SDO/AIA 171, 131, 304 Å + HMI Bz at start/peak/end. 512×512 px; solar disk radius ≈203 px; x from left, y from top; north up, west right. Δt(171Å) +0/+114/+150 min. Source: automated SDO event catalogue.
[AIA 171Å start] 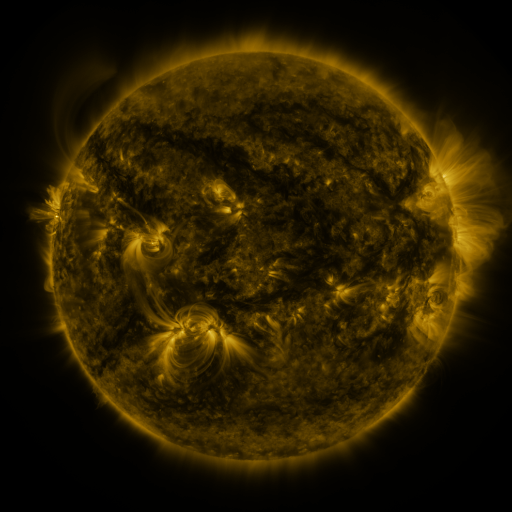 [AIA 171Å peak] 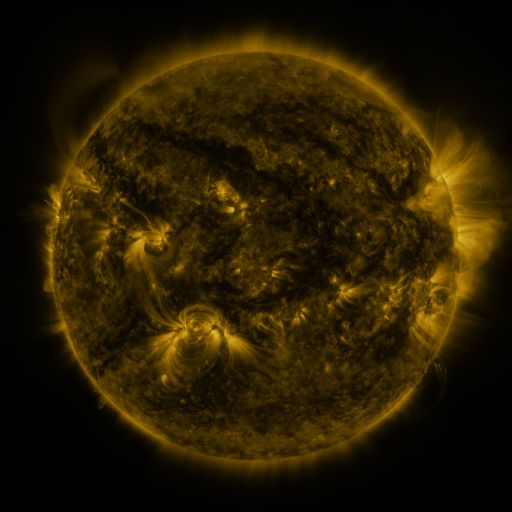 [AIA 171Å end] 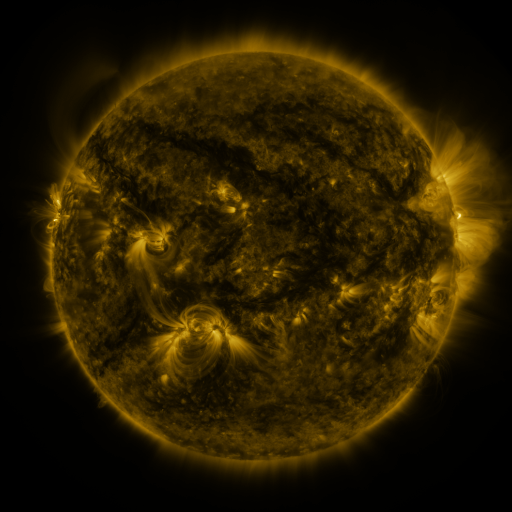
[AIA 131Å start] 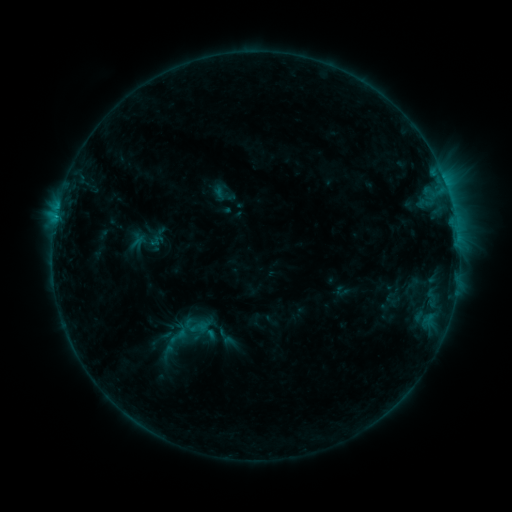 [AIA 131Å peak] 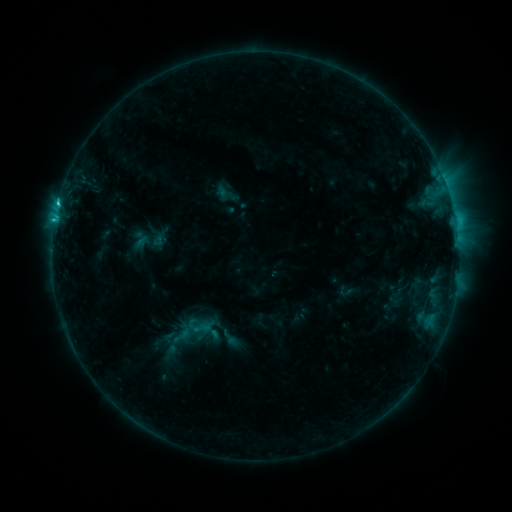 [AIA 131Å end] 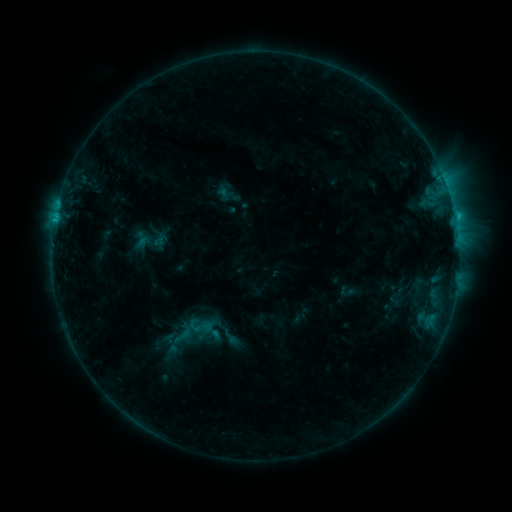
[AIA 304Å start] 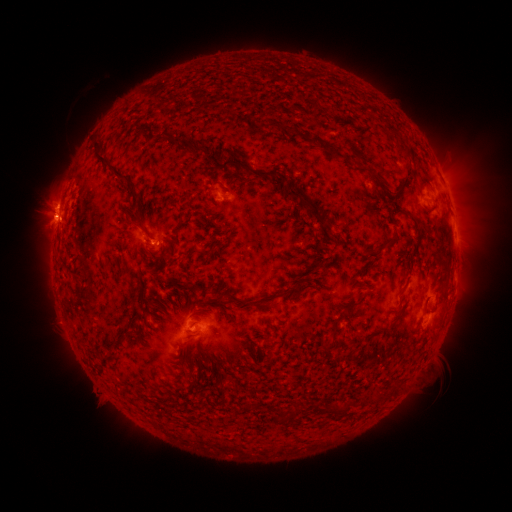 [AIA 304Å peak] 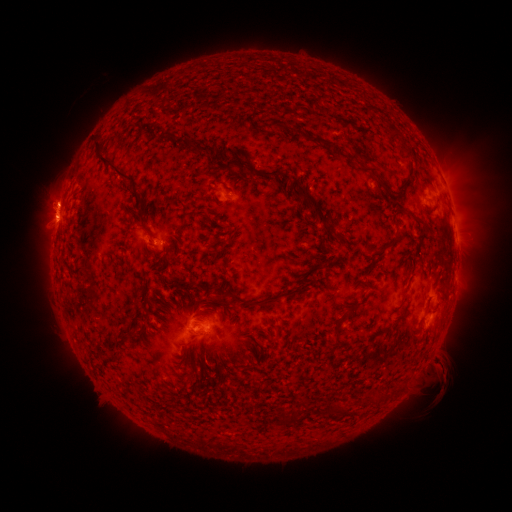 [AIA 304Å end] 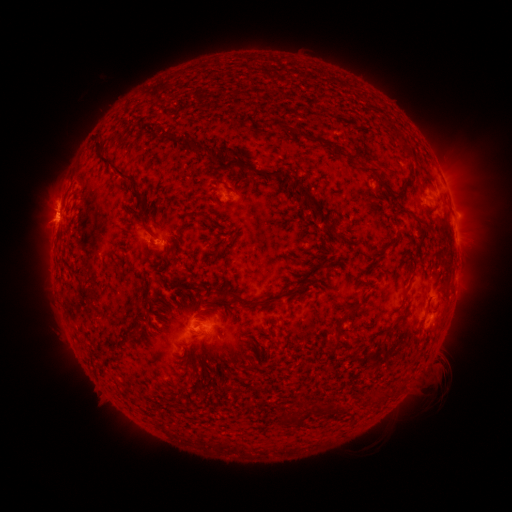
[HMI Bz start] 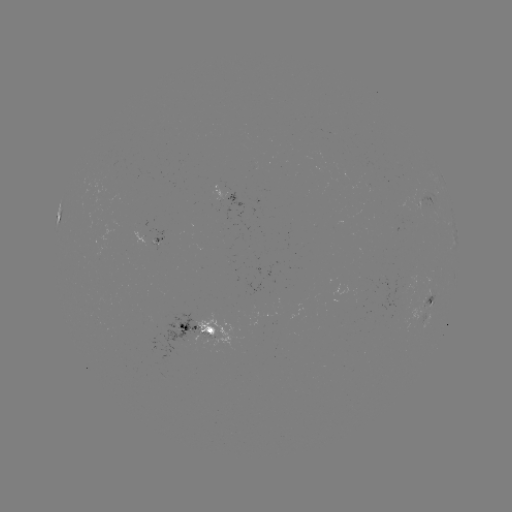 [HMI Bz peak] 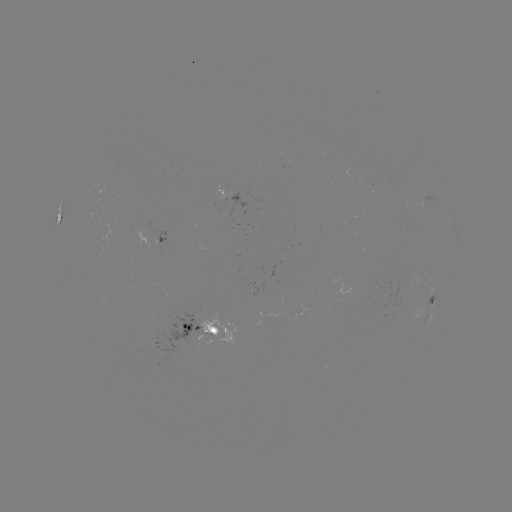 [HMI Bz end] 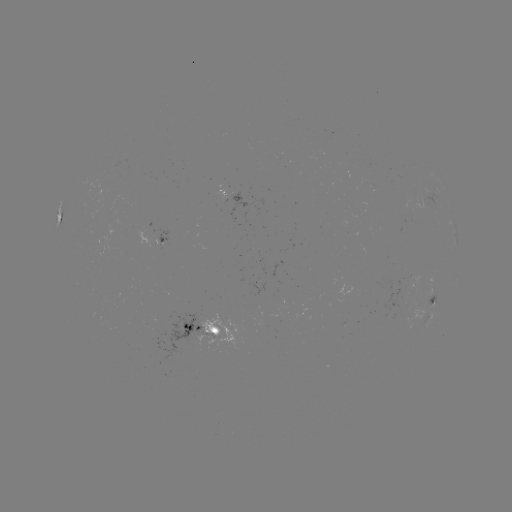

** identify C2.7 flare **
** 57,221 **